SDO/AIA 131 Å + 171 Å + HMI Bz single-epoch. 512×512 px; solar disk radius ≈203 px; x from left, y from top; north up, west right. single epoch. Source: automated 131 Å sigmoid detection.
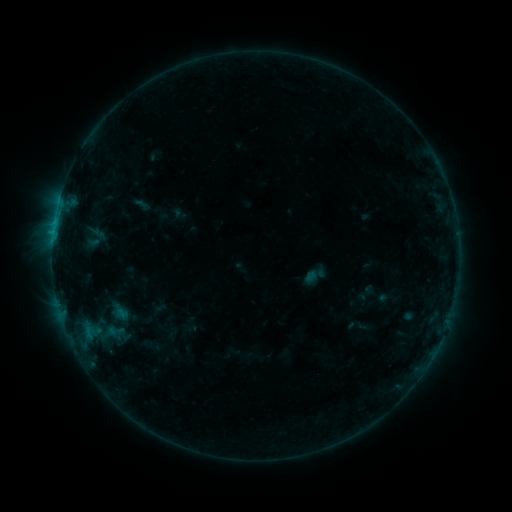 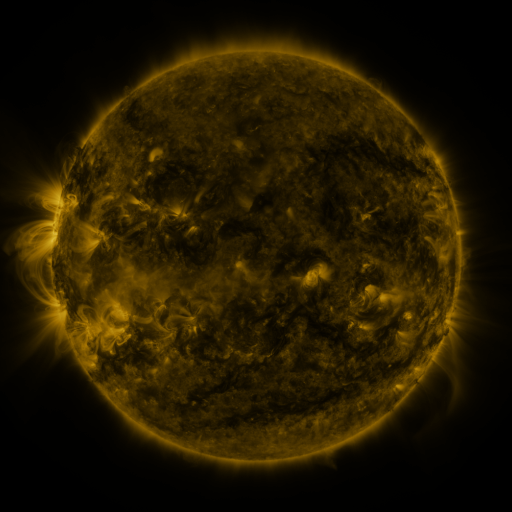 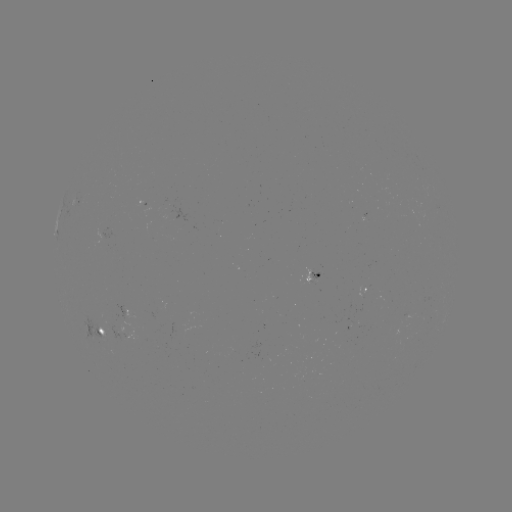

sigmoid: <bbox>101, 319, 129, 342</bbox>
